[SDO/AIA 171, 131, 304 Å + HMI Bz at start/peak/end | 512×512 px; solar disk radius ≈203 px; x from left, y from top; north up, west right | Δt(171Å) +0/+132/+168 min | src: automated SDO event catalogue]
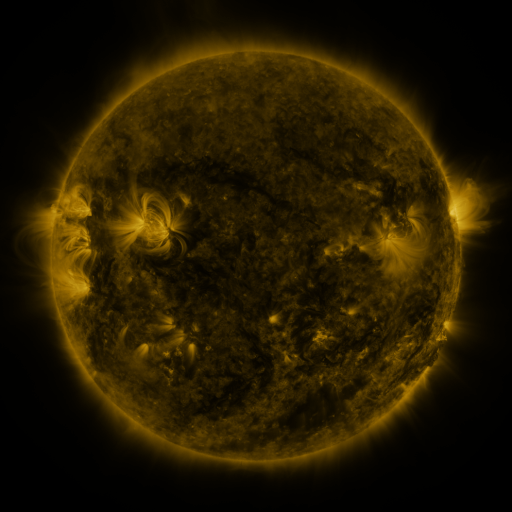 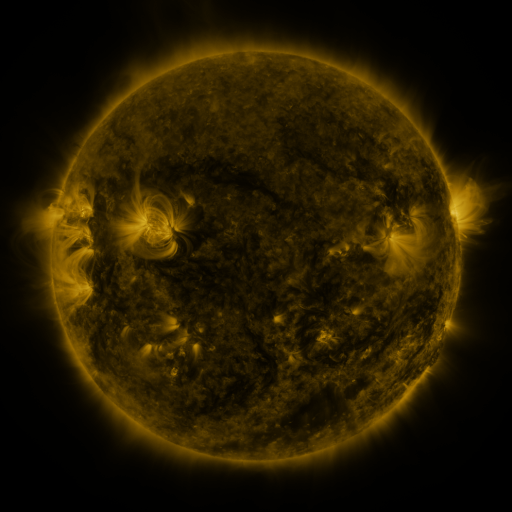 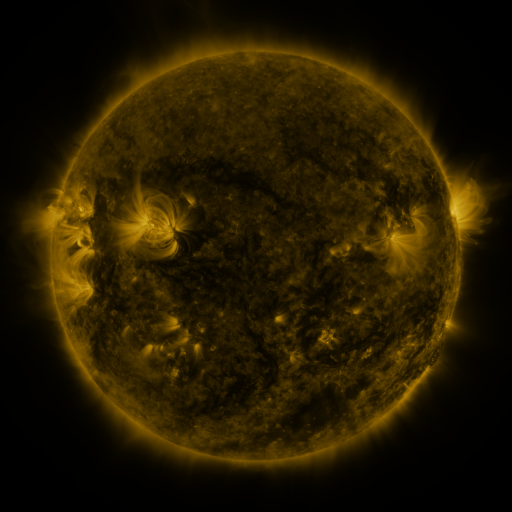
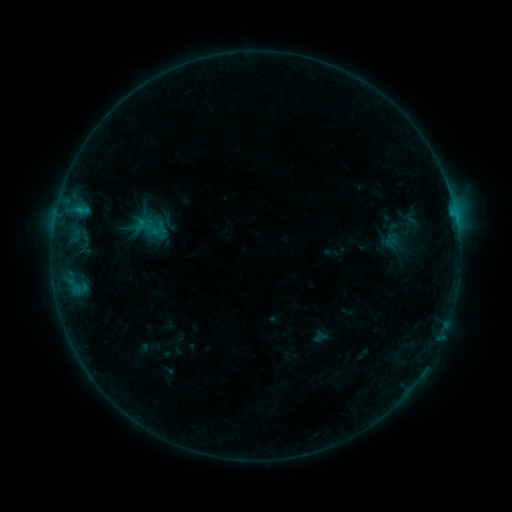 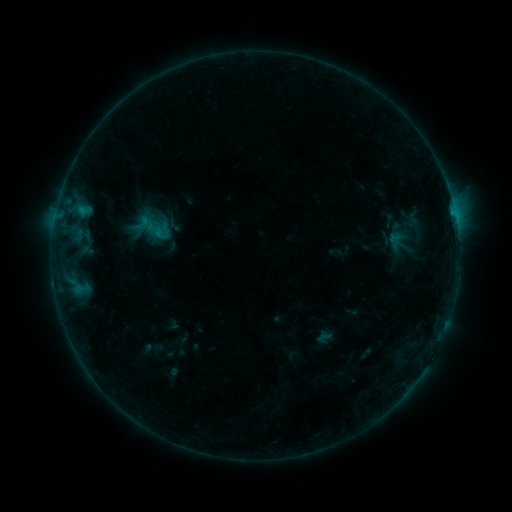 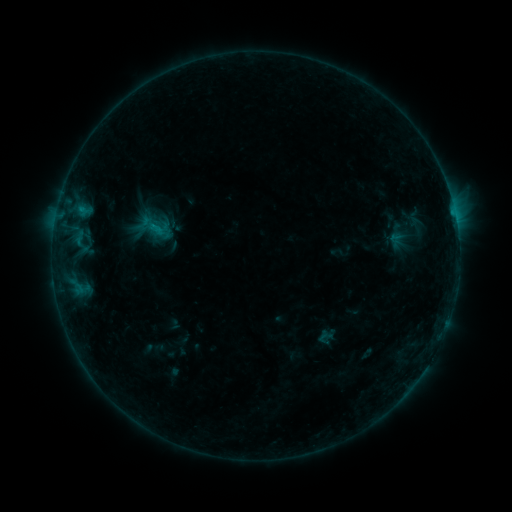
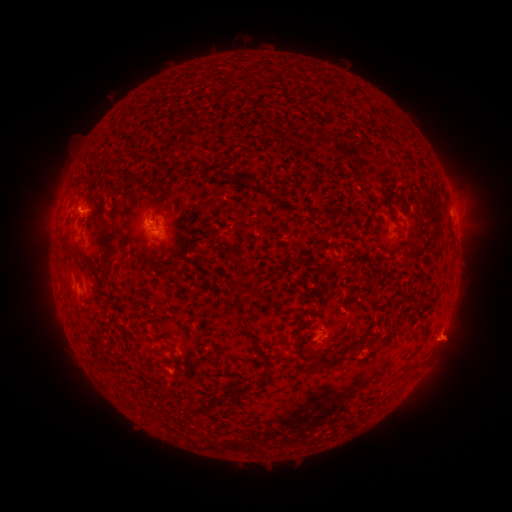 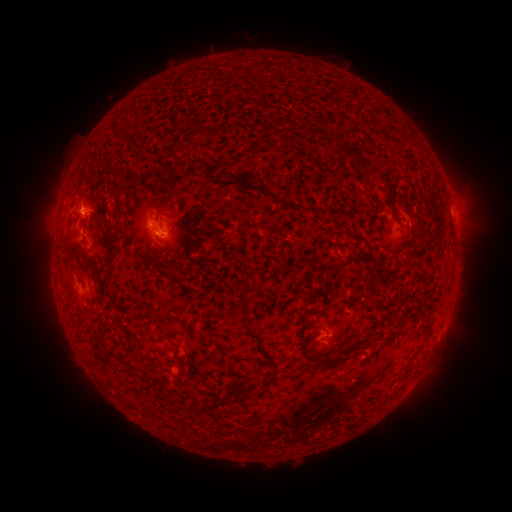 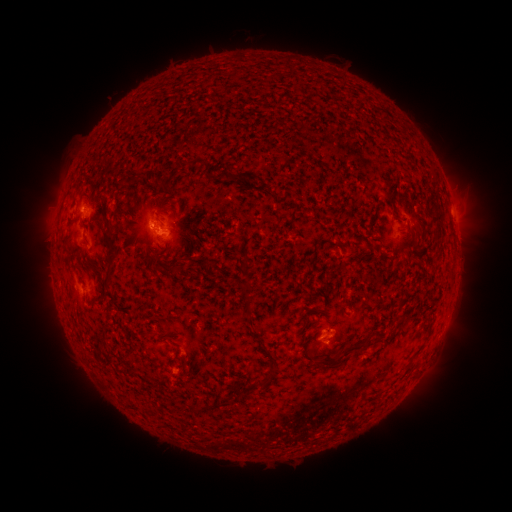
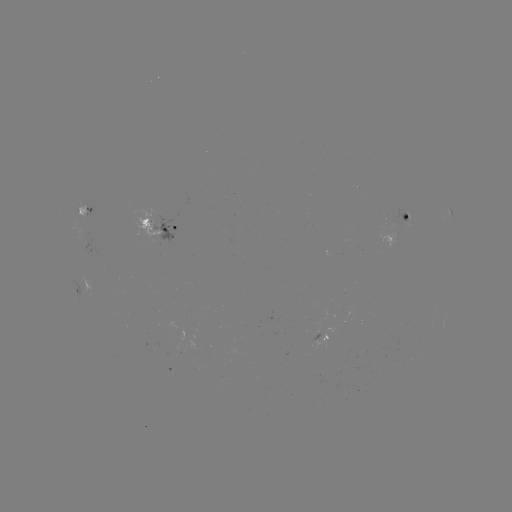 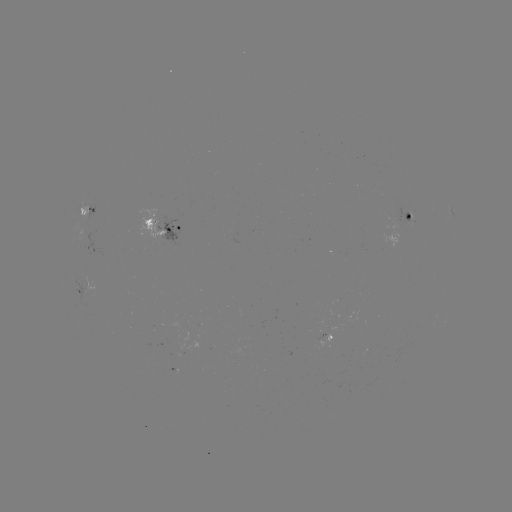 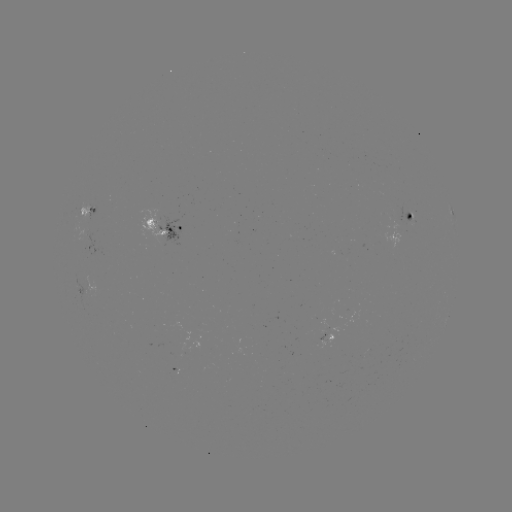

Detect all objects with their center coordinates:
emerging-flux region: (408, 220)
